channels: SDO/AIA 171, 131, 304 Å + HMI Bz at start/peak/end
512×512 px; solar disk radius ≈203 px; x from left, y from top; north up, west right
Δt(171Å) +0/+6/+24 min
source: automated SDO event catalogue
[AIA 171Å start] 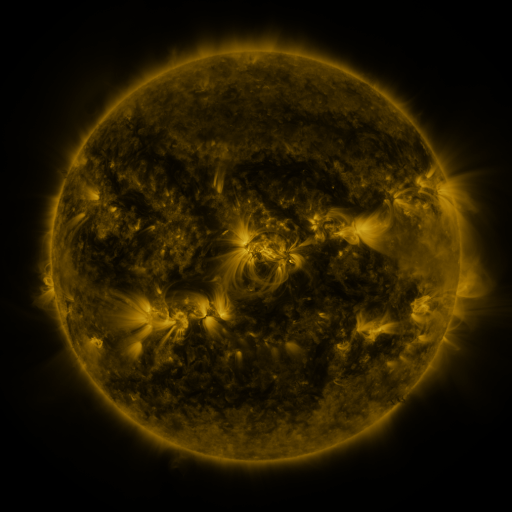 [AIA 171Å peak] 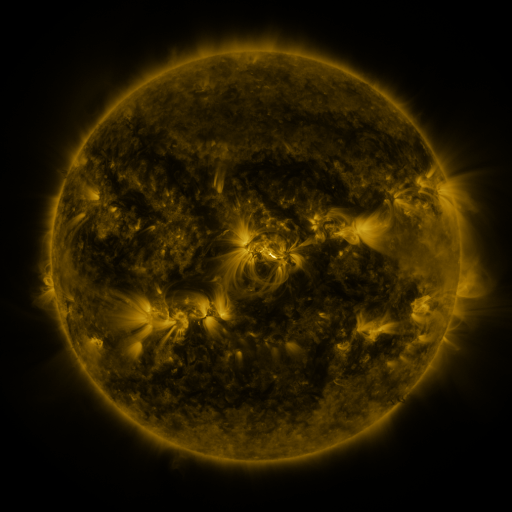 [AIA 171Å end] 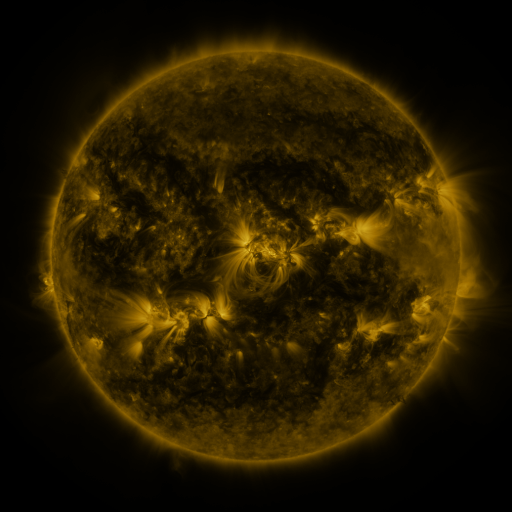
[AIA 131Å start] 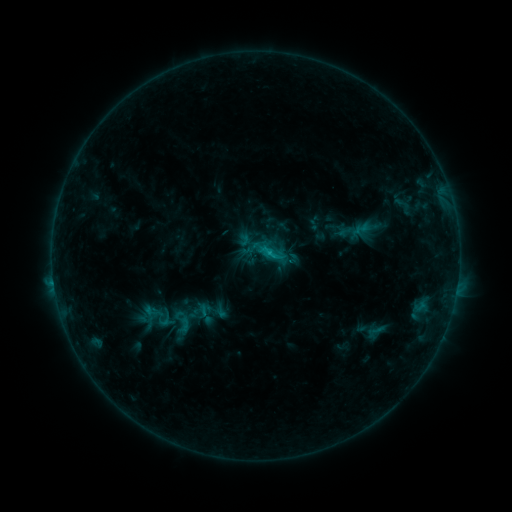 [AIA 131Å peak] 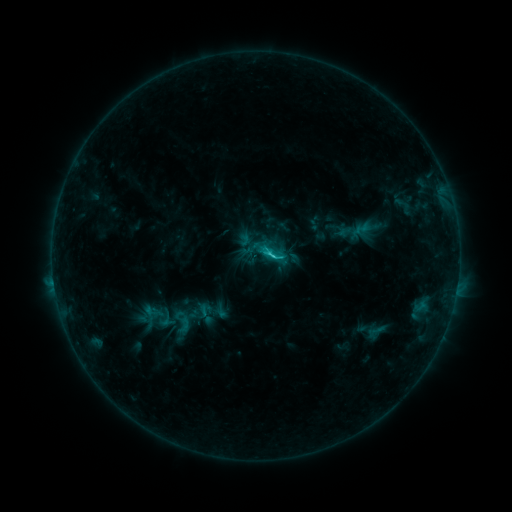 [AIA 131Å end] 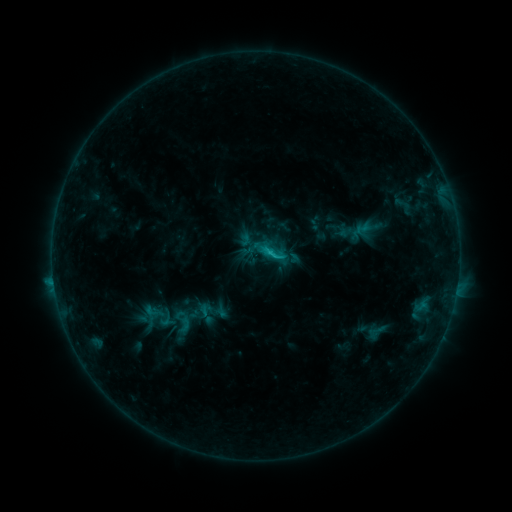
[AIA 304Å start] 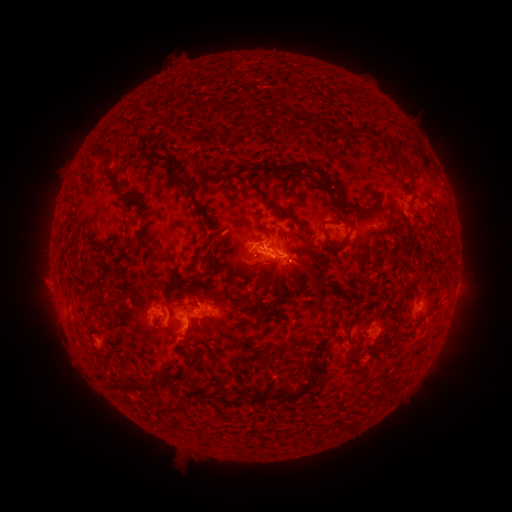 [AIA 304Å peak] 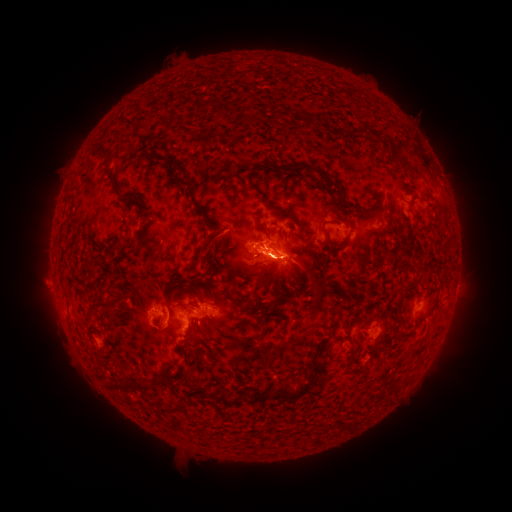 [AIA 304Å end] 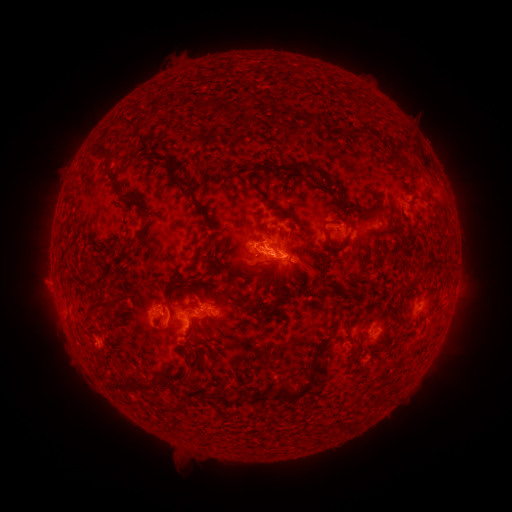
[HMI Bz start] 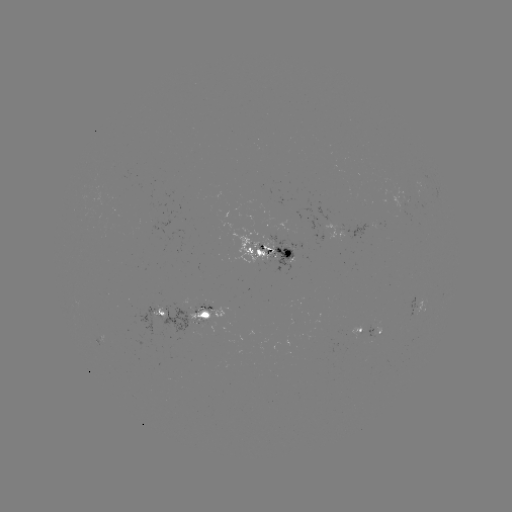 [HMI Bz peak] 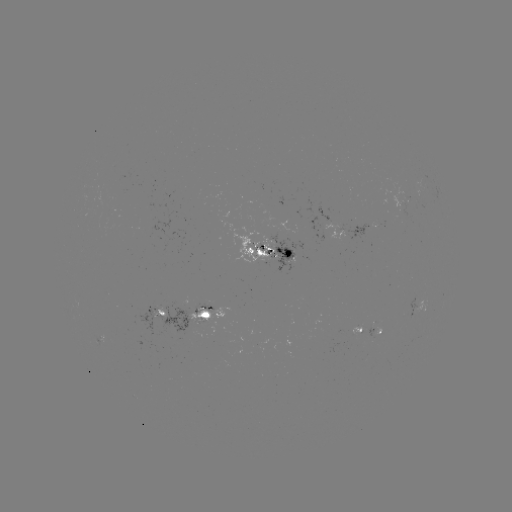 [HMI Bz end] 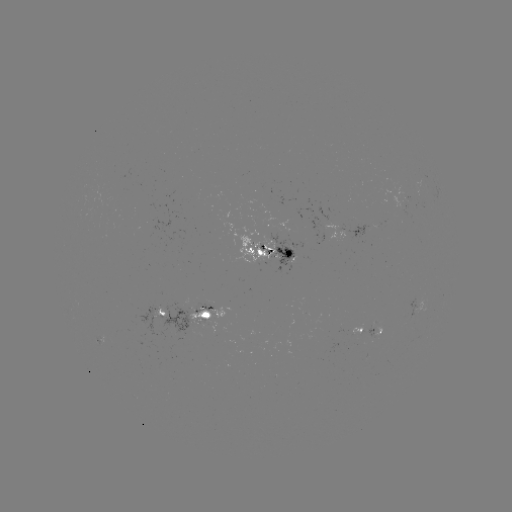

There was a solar flare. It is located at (270, 256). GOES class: C1.8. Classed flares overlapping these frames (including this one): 1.